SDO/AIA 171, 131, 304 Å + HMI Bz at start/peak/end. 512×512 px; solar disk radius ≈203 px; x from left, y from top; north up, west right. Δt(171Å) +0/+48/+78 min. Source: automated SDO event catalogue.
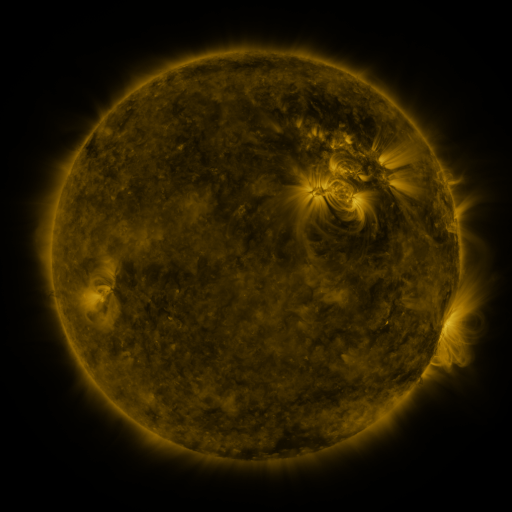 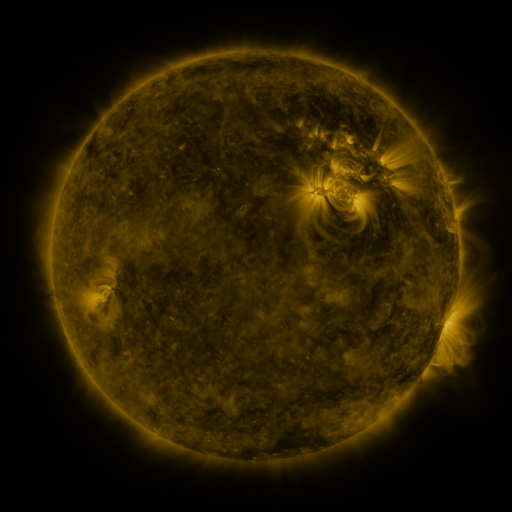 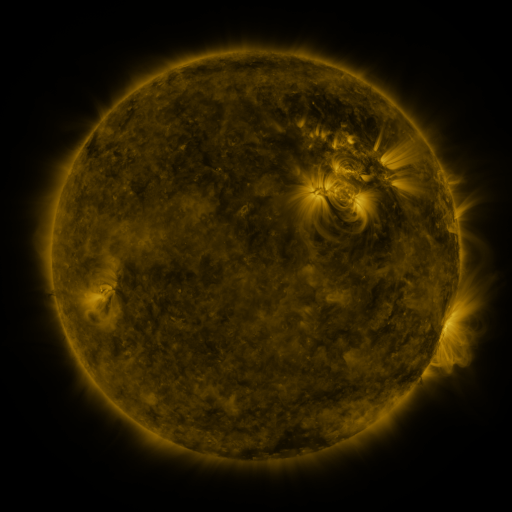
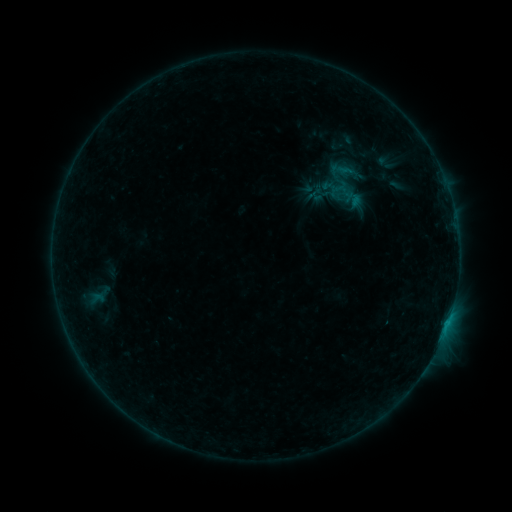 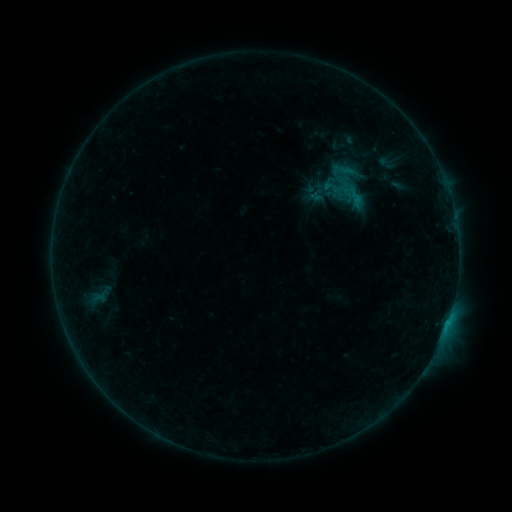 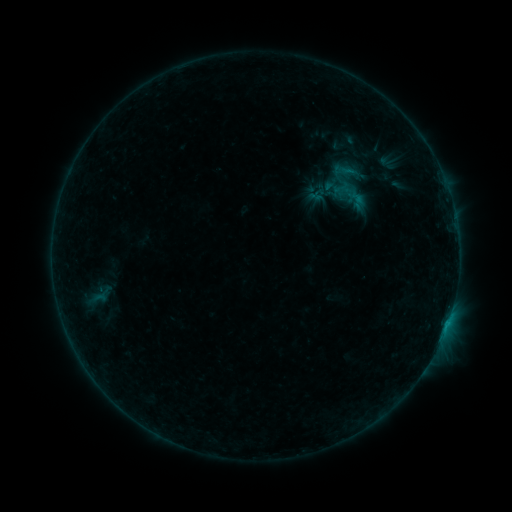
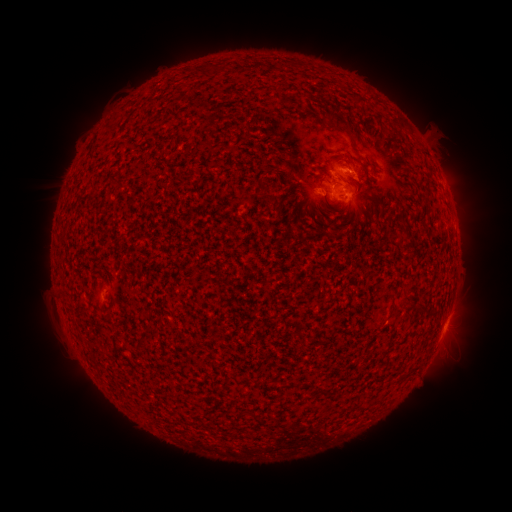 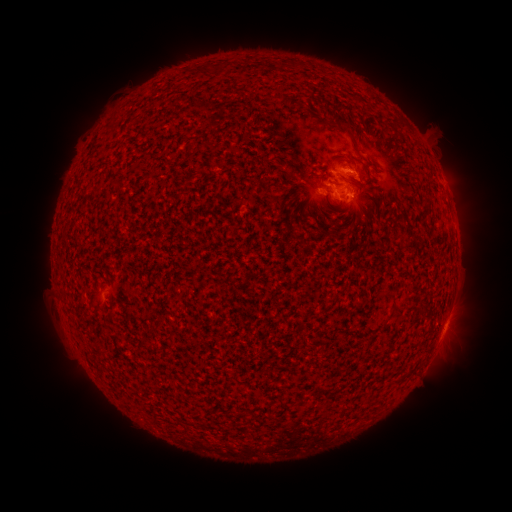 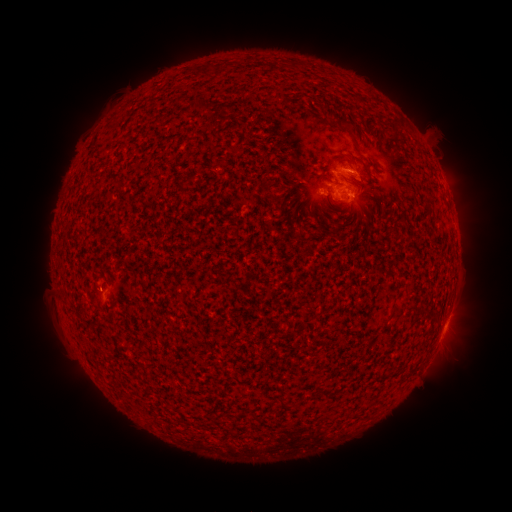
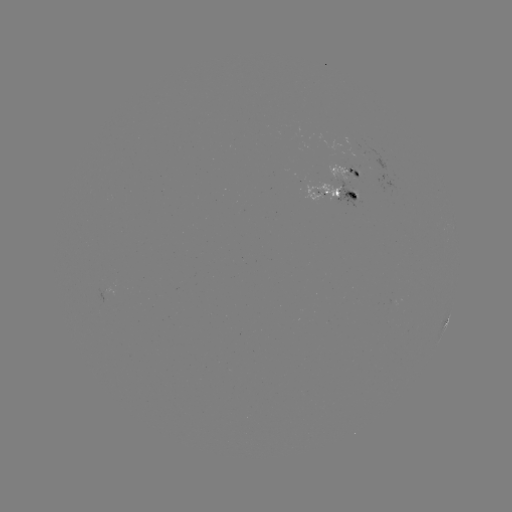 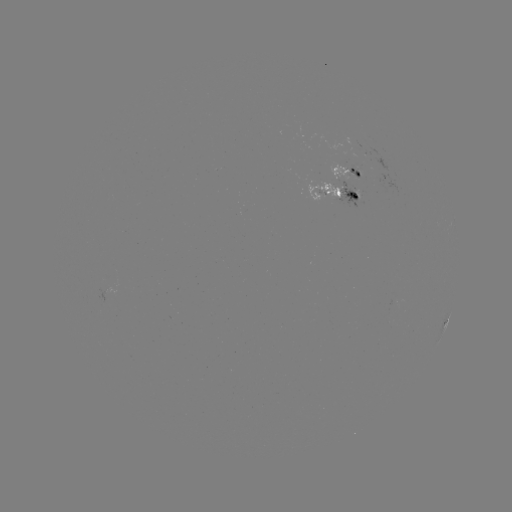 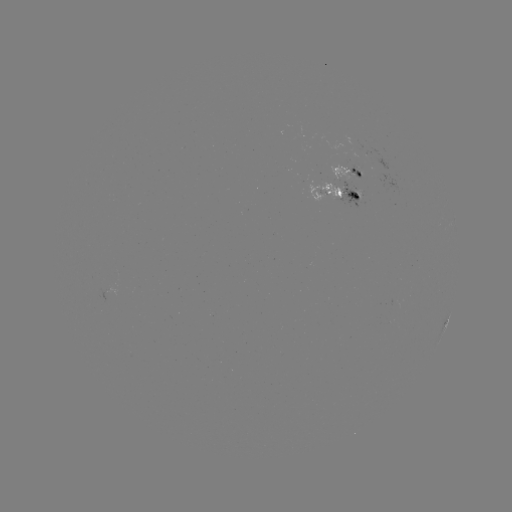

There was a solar flare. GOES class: B6.2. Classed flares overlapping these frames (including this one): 1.